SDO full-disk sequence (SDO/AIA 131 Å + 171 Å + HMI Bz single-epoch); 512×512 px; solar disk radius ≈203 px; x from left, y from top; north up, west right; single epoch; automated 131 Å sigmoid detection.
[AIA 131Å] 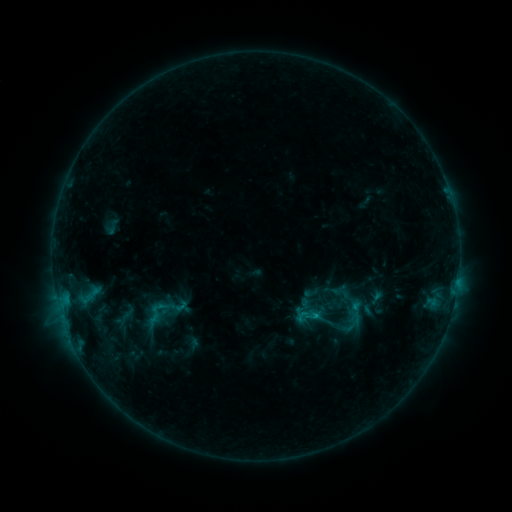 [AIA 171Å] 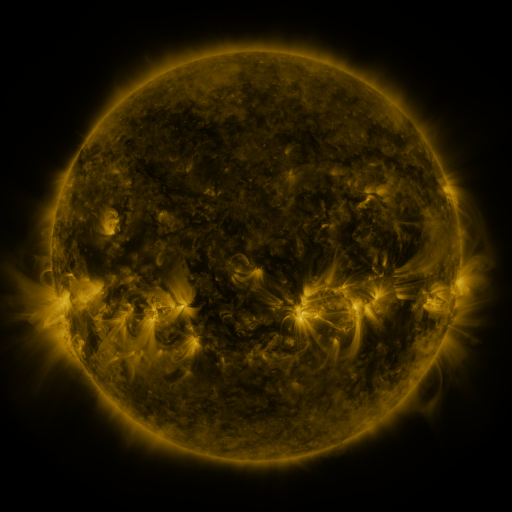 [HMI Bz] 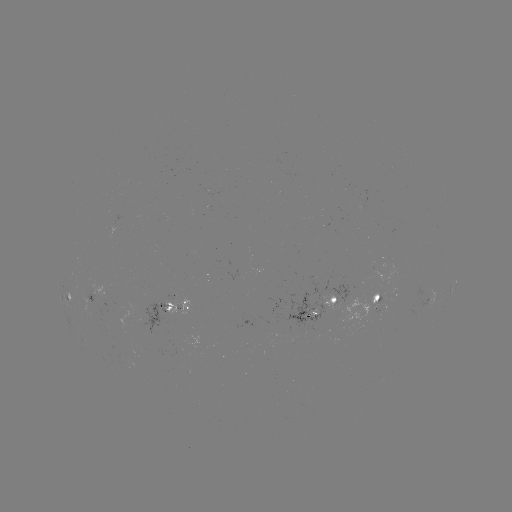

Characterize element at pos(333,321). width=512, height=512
sigmoid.